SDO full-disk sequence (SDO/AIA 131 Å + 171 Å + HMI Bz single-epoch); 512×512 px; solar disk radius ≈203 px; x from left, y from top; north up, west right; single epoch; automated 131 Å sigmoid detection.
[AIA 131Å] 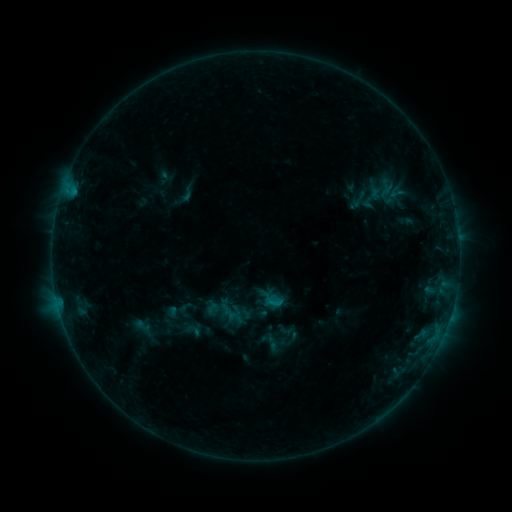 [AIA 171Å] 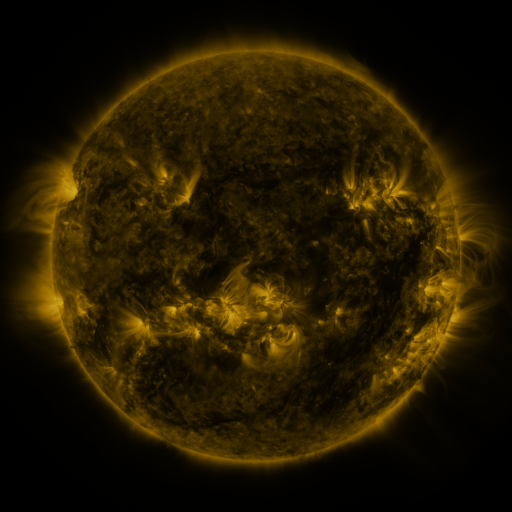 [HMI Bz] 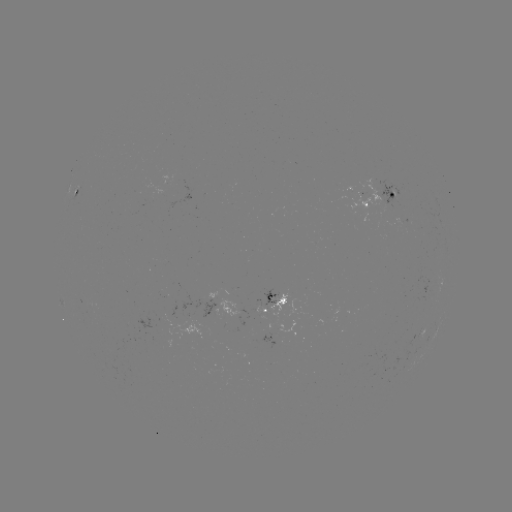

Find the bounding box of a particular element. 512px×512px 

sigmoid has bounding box [178, 184, 196, 203].